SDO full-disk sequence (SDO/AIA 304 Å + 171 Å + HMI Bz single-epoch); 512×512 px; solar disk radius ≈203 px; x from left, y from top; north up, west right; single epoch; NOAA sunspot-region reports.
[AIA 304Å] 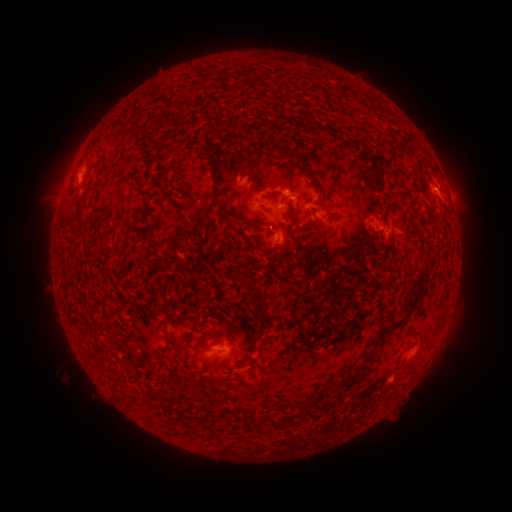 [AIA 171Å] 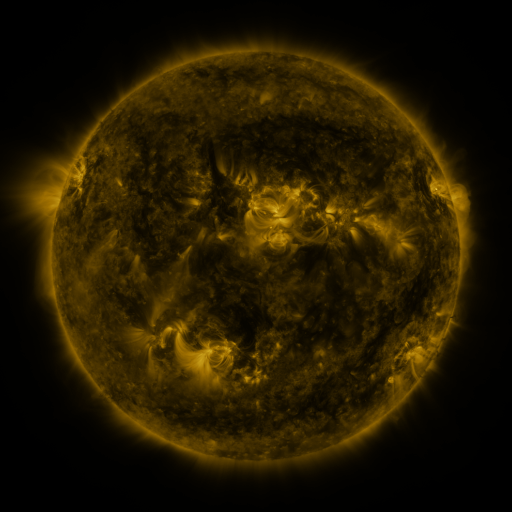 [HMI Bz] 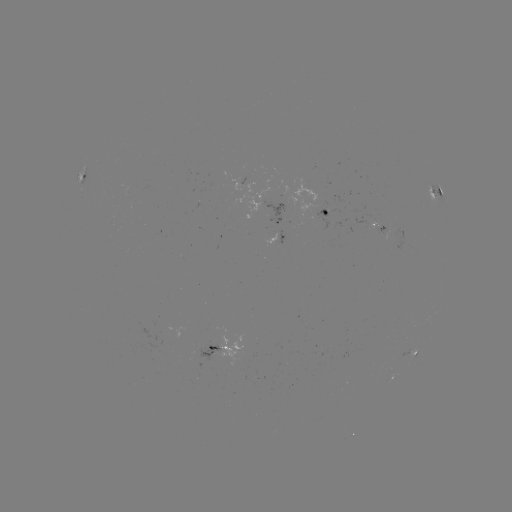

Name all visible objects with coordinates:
spotted active region: (85, 172)
spotted active region: (434, 192)
spotted active region: (276, 208)
spotted active region: (326, 214)
spotted active region: (376, 230)
spotted active region: (277, 240)
spotted active region: (219, 347)
spotted active region: (414, 355)
